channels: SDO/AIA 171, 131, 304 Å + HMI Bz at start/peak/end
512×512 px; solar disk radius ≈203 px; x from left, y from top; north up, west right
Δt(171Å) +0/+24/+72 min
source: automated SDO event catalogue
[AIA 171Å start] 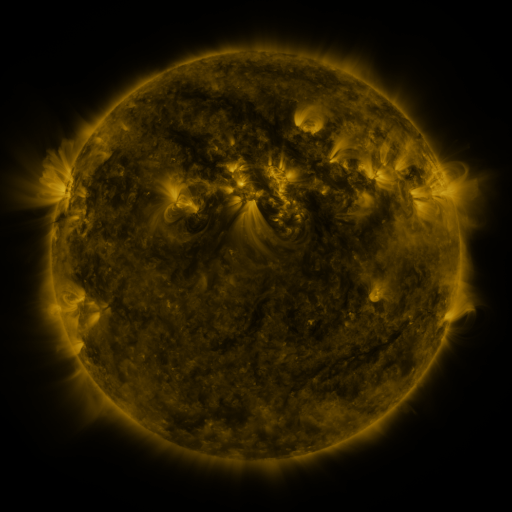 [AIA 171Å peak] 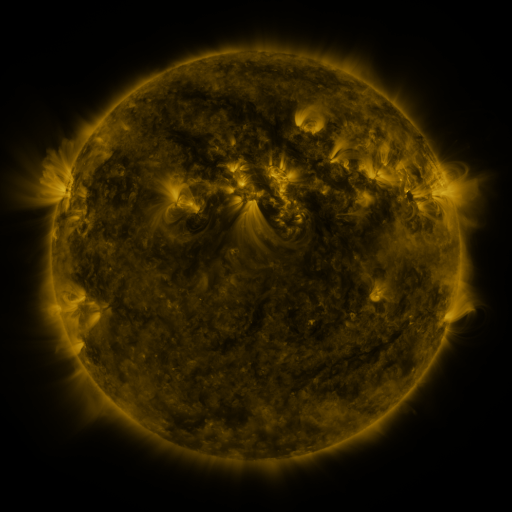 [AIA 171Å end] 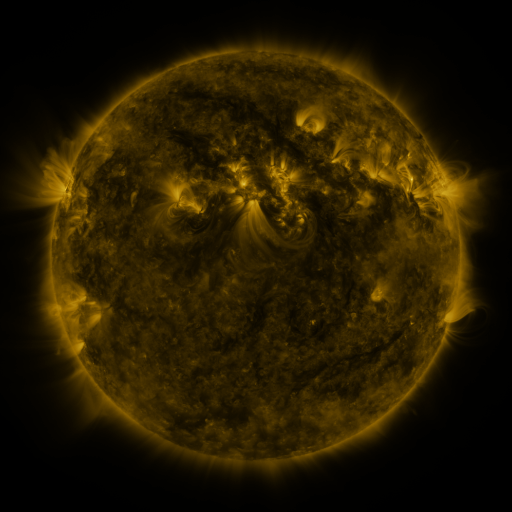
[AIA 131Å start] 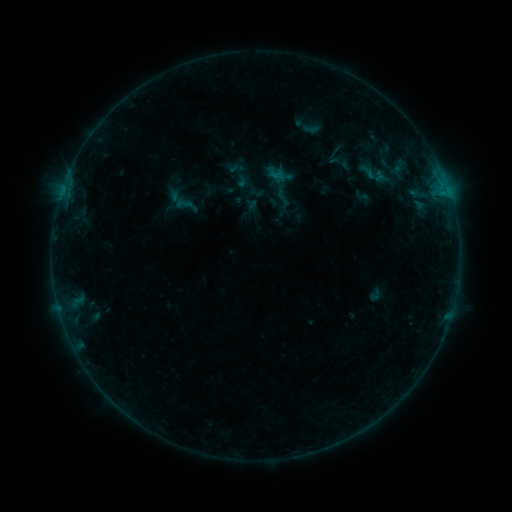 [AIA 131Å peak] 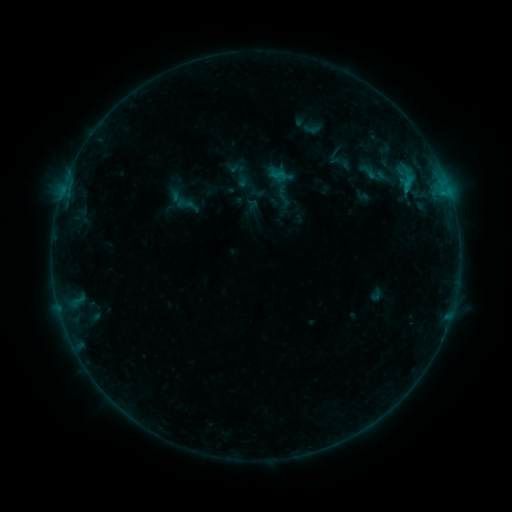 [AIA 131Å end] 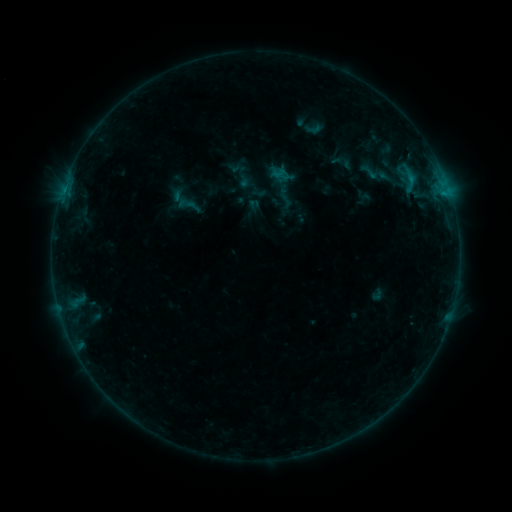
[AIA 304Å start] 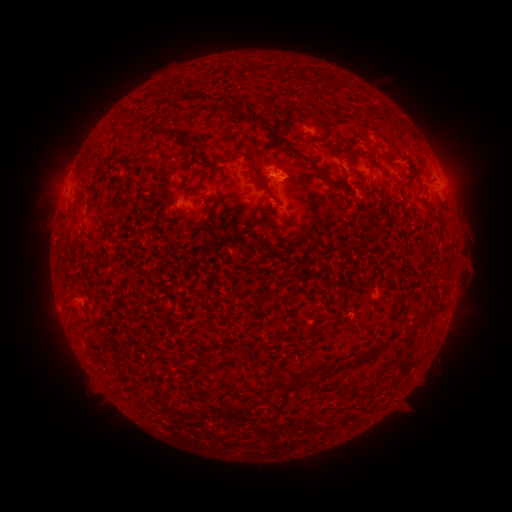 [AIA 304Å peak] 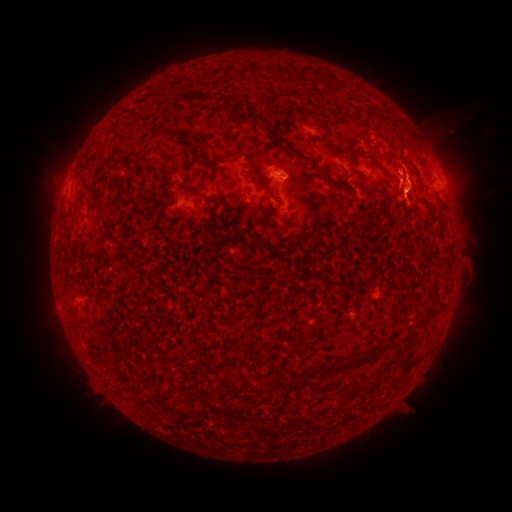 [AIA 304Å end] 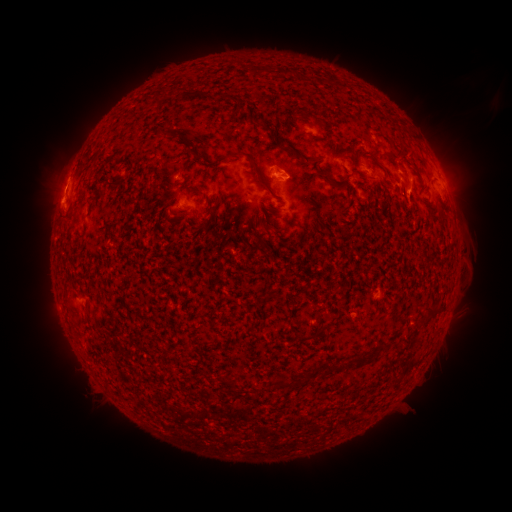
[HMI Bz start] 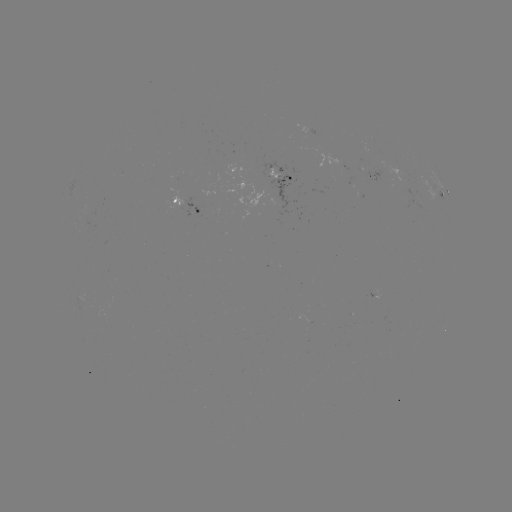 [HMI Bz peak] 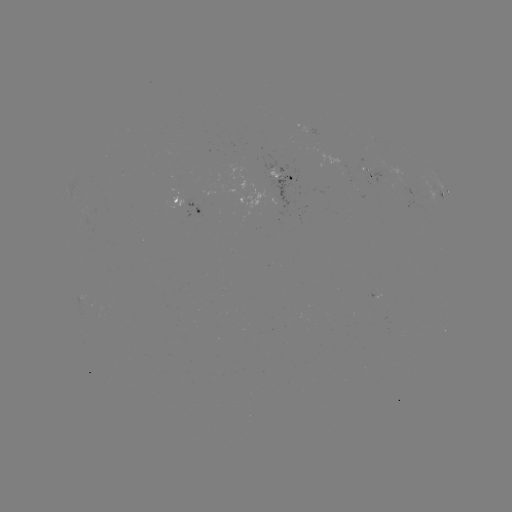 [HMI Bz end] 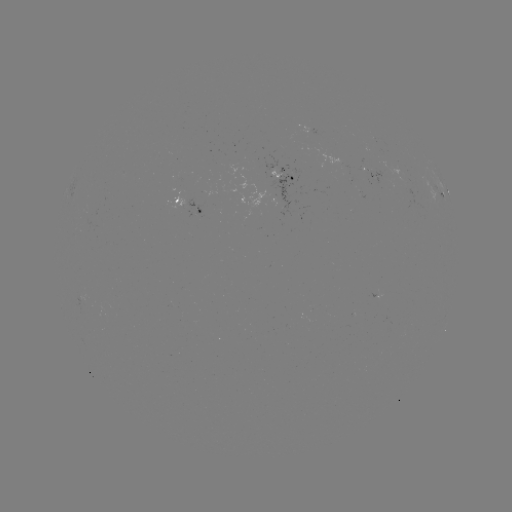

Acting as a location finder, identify B8.1 flare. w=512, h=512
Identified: [408, 180].